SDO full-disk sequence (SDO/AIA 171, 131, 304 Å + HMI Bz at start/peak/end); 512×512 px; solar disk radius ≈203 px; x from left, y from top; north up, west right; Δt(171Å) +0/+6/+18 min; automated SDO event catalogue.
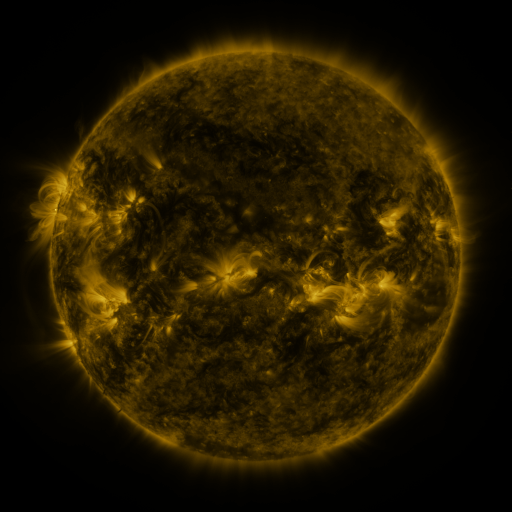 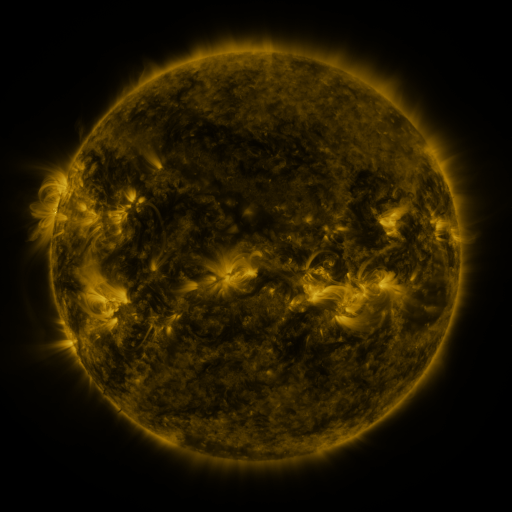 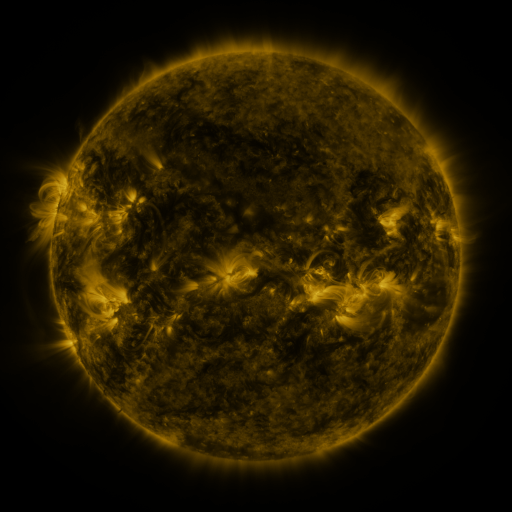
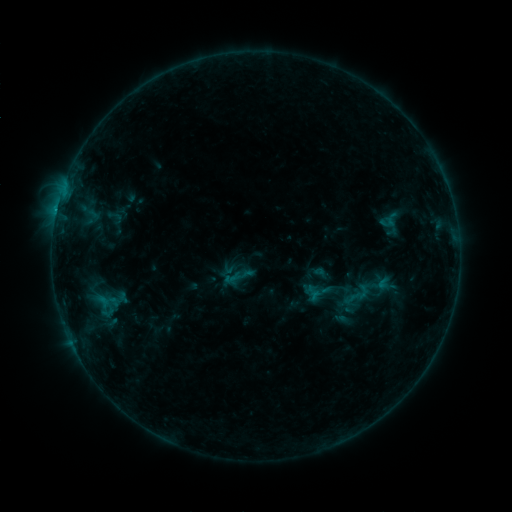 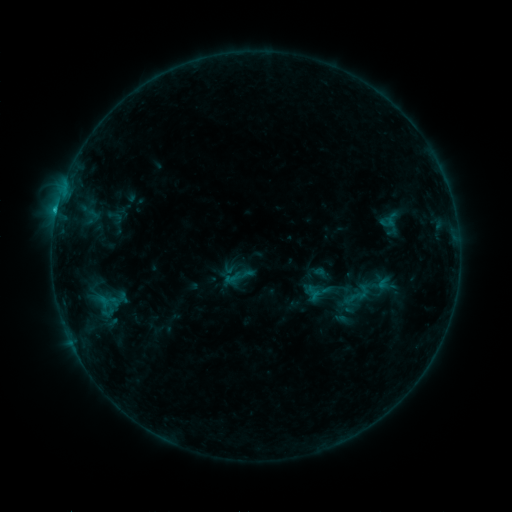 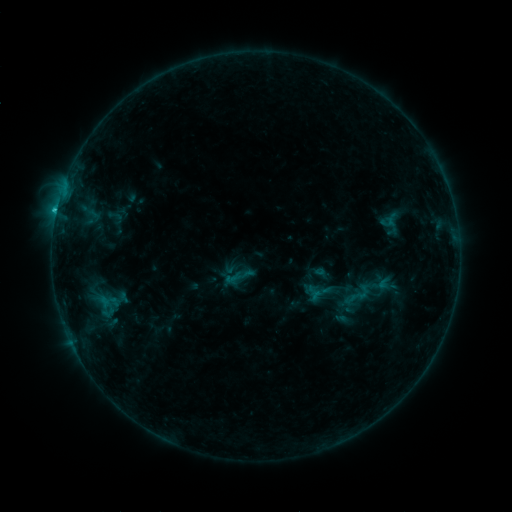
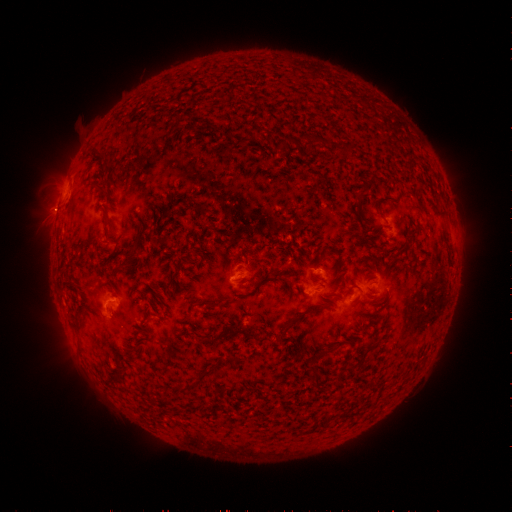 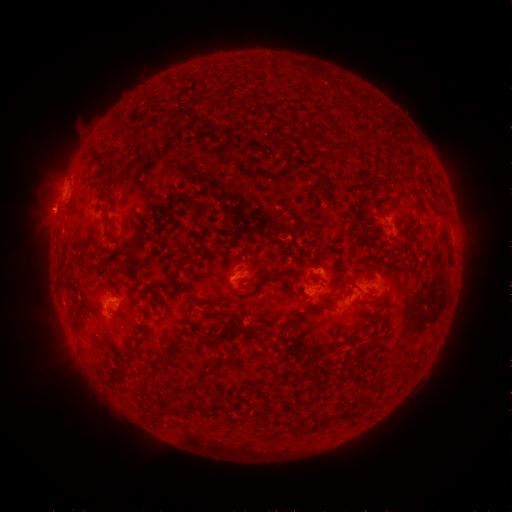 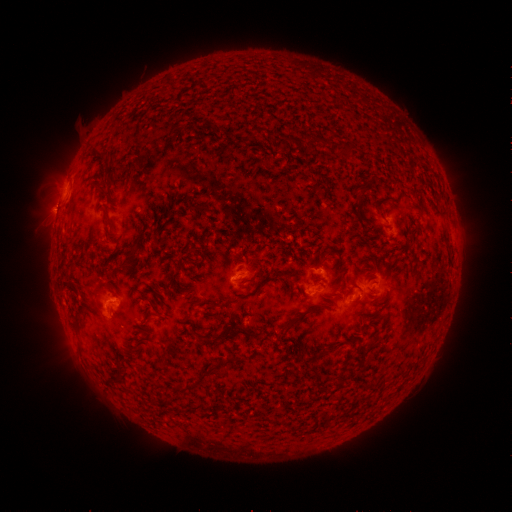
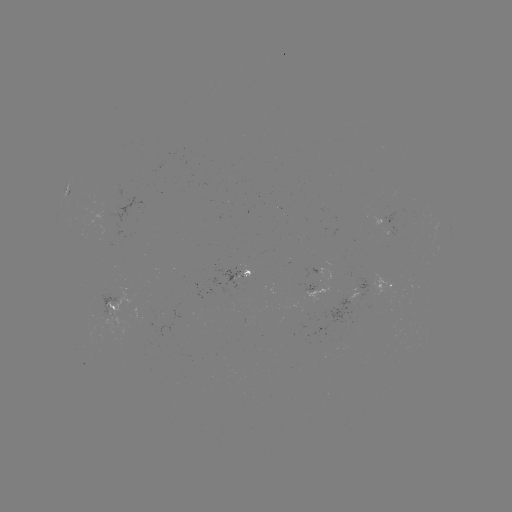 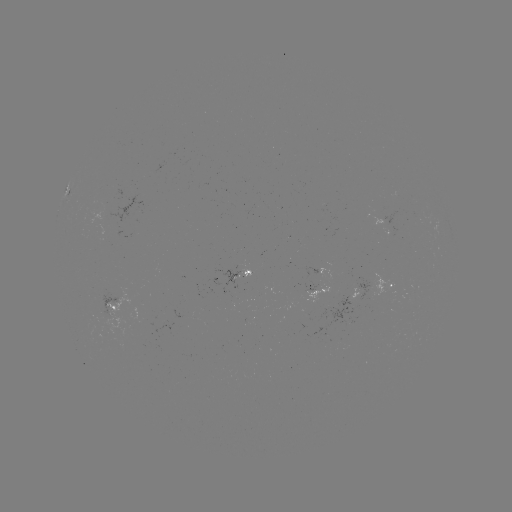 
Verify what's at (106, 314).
C2.1 flare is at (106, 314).